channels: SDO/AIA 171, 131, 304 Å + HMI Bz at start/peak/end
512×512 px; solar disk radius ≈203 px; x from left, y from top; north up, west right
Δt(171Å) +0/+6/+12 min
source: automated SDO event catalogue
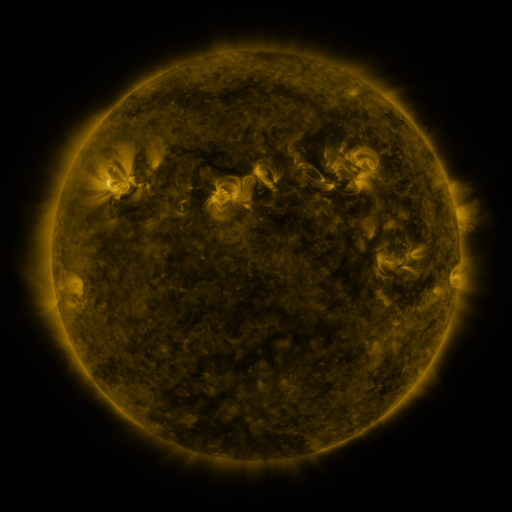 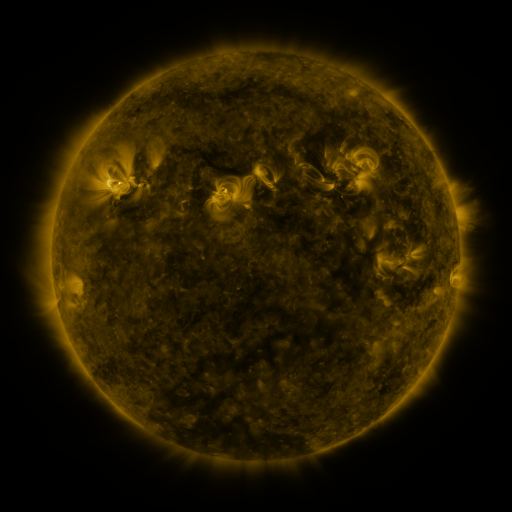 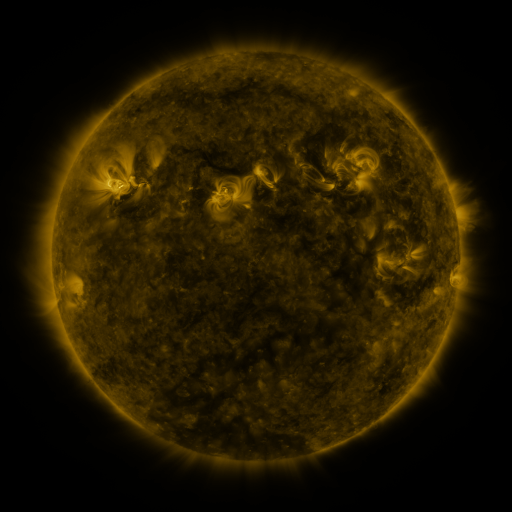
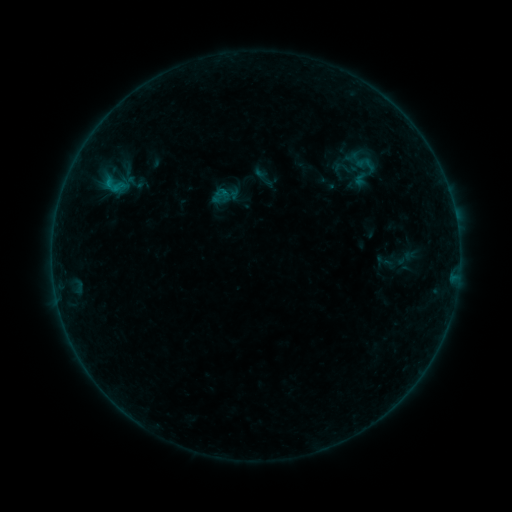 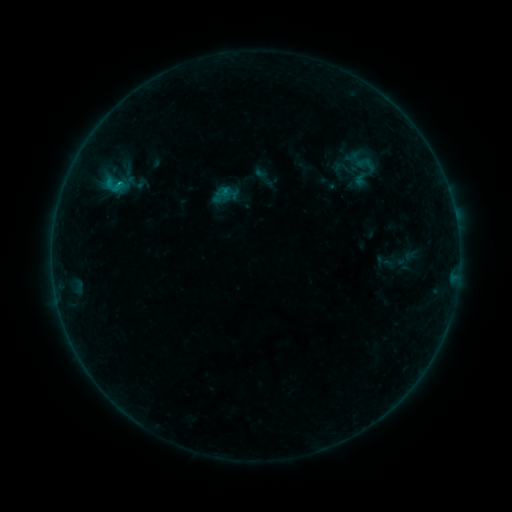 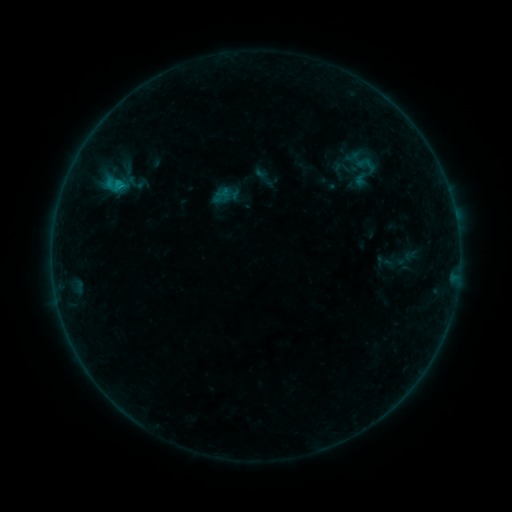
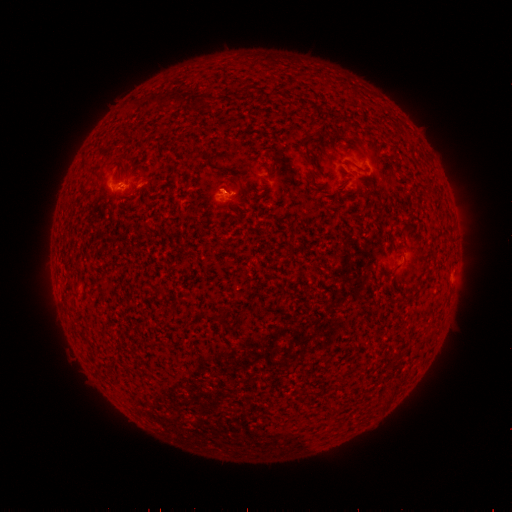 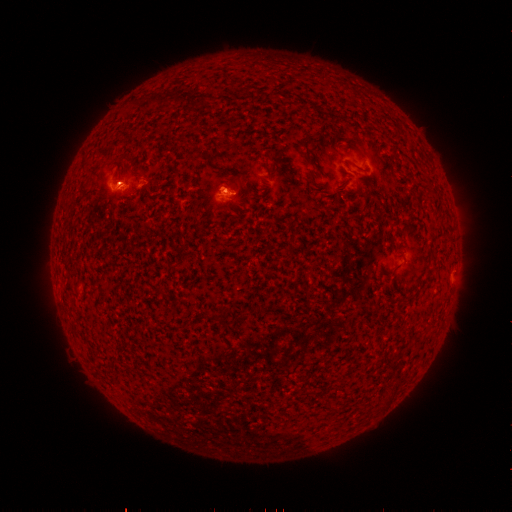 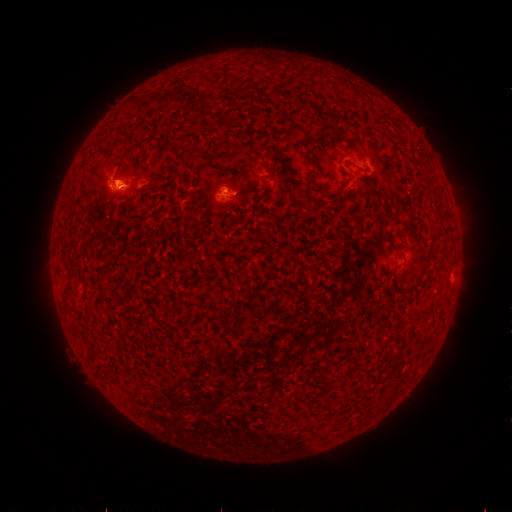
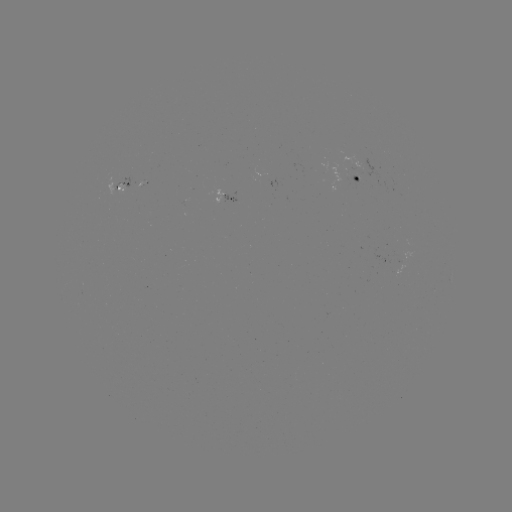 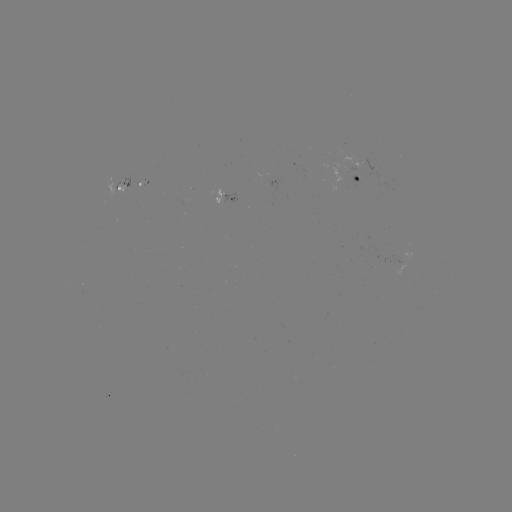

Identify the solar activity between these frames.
B3.3 flare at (119, 185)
